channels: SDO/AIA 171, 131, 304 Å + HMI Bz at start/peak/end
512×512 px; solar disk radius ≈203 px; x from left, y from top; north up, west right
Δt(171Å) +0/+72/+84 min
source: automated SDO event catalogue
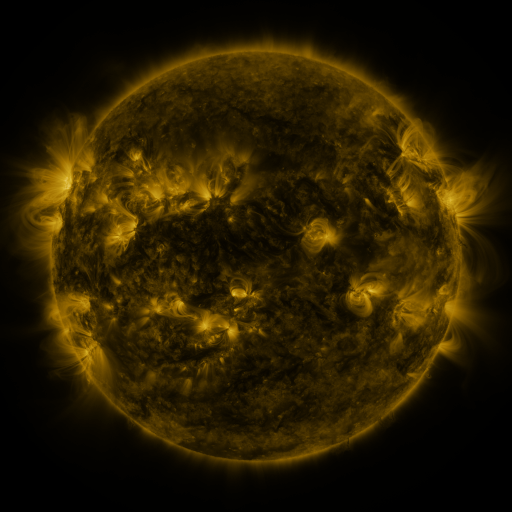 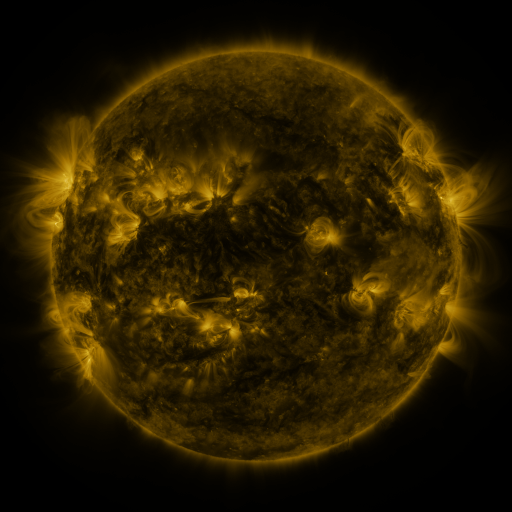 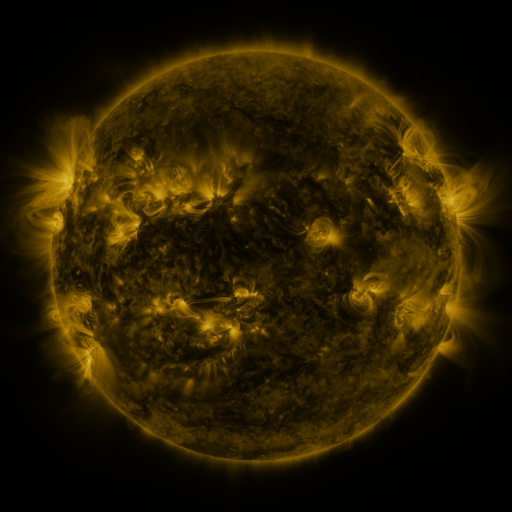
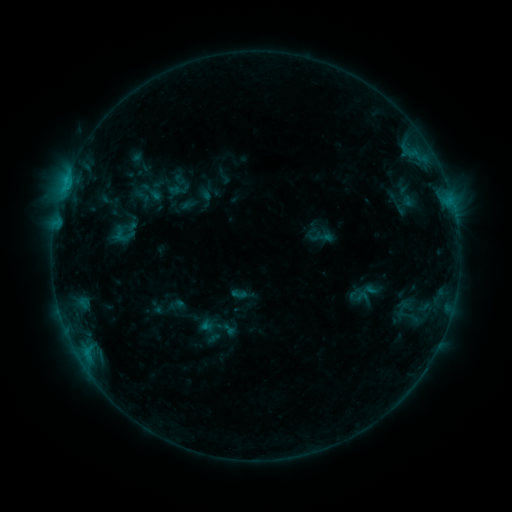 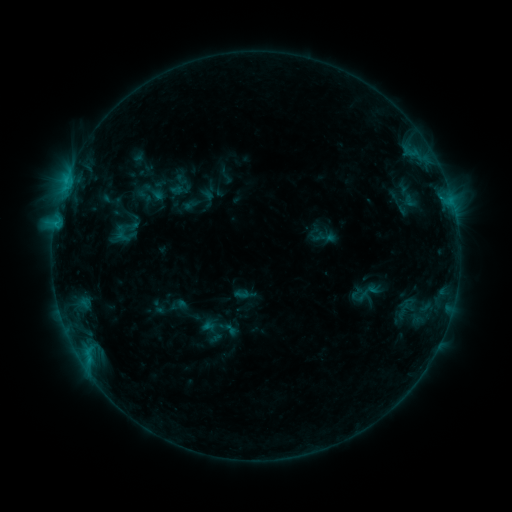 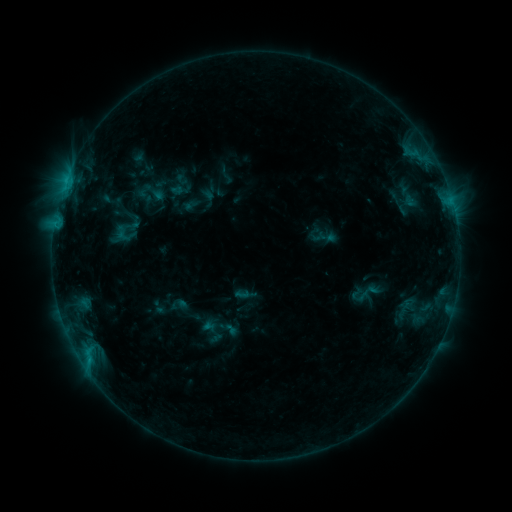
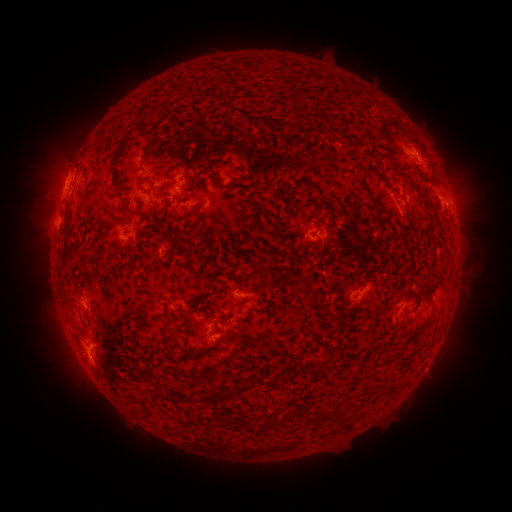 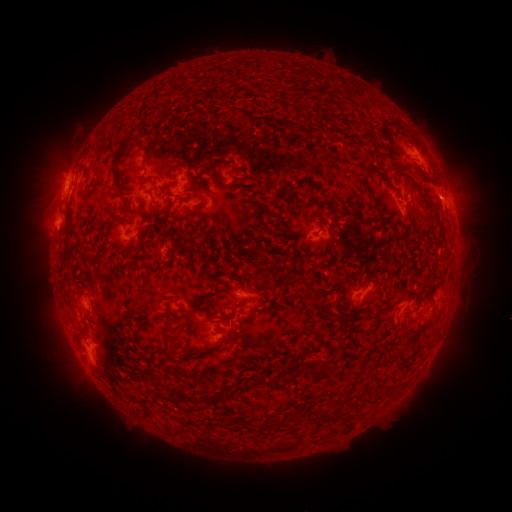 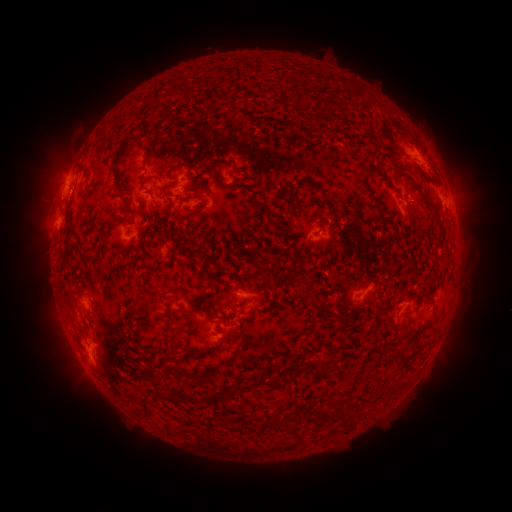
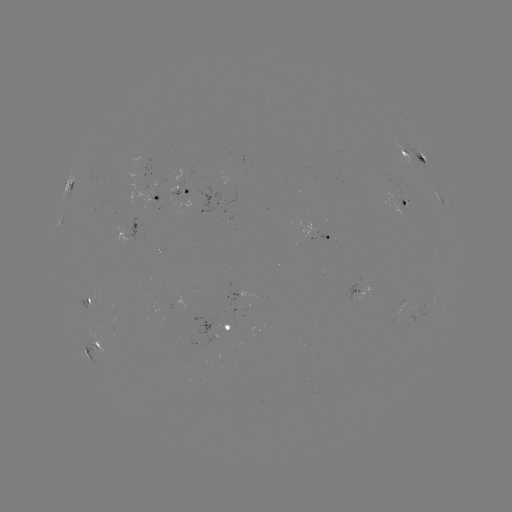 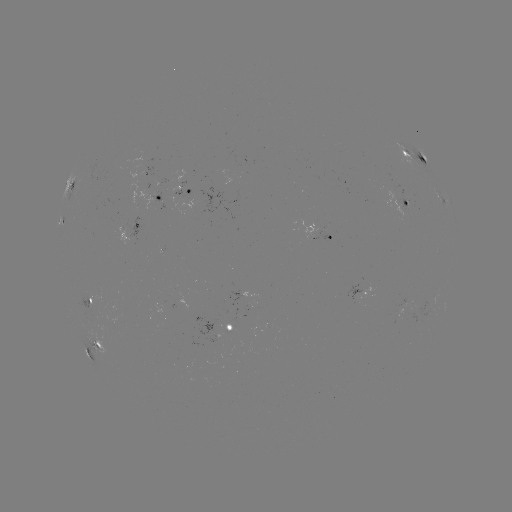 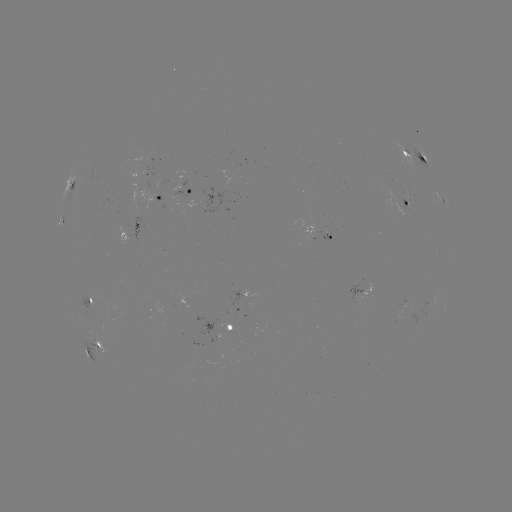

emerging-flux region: <bbox>138, 191, 154, 211</bbox>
